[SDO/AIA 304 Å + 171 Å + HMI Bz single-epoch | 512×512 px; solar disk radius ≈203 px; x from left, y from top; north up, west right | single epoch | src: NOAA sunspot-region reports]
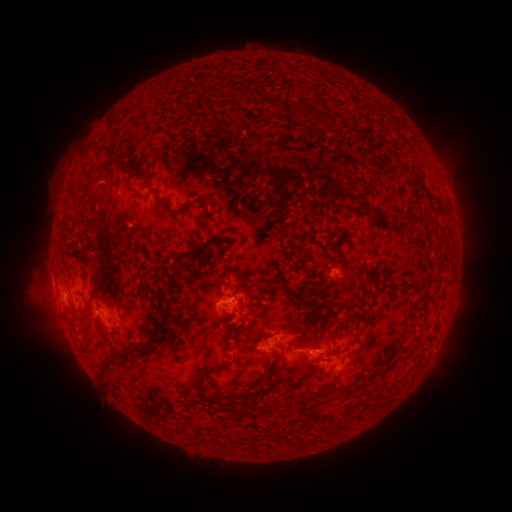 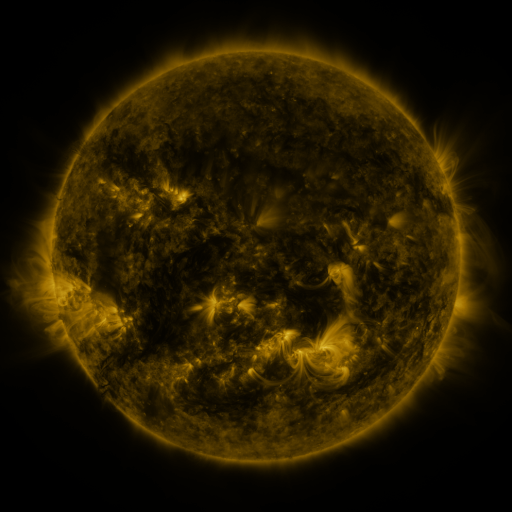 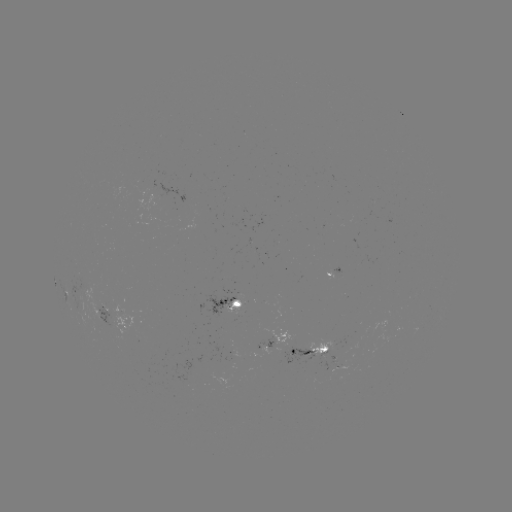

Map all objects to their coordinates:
spotted active region: (332, 274)
spotted active region: (231, 303)
spotted active region: (115, 314)
spotted active region: (272, 340)
spotted active region: (311, 349)
